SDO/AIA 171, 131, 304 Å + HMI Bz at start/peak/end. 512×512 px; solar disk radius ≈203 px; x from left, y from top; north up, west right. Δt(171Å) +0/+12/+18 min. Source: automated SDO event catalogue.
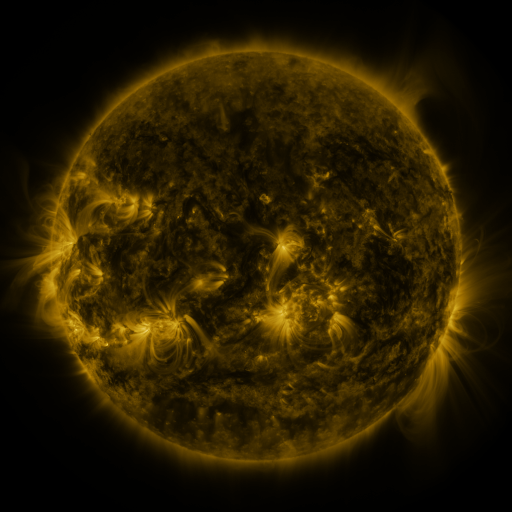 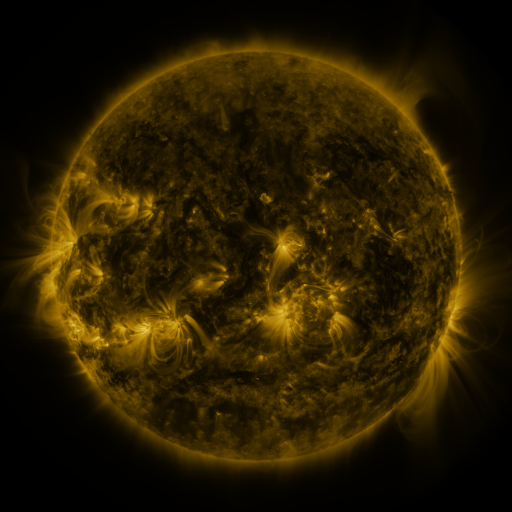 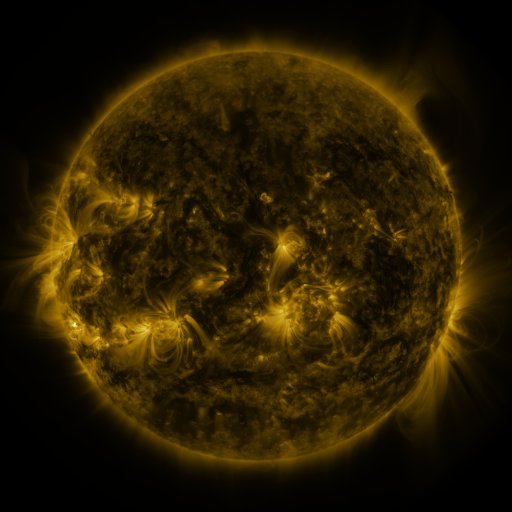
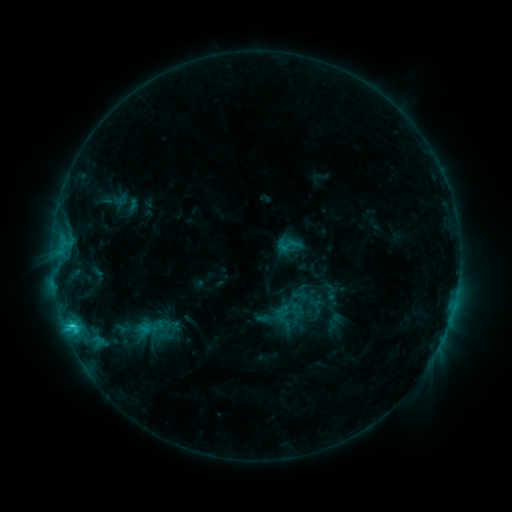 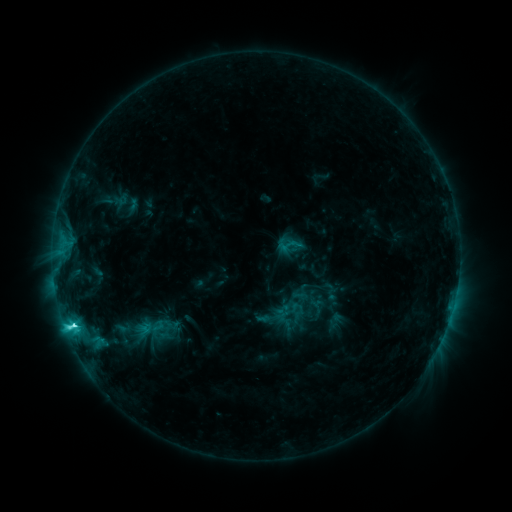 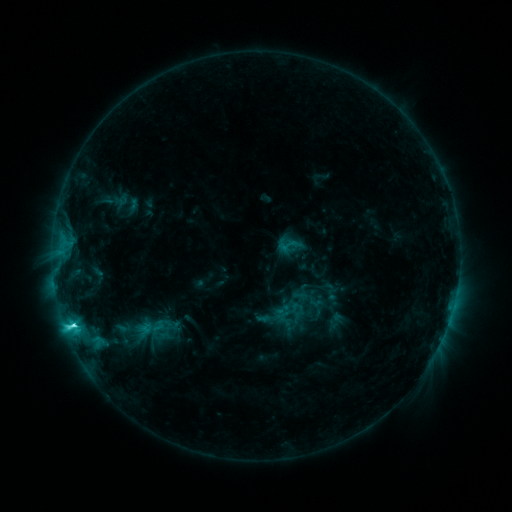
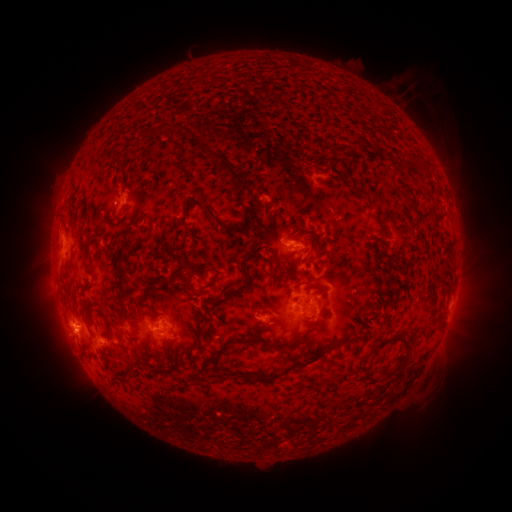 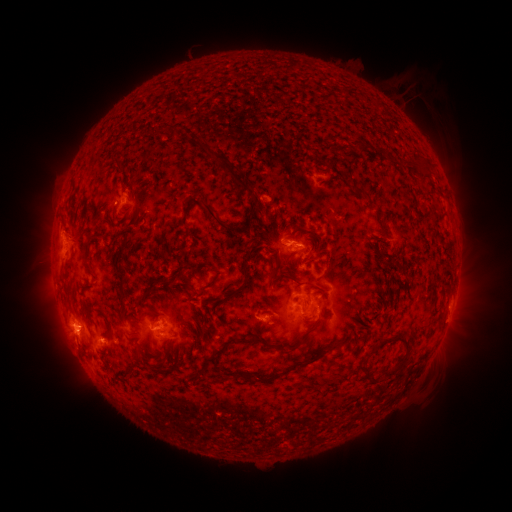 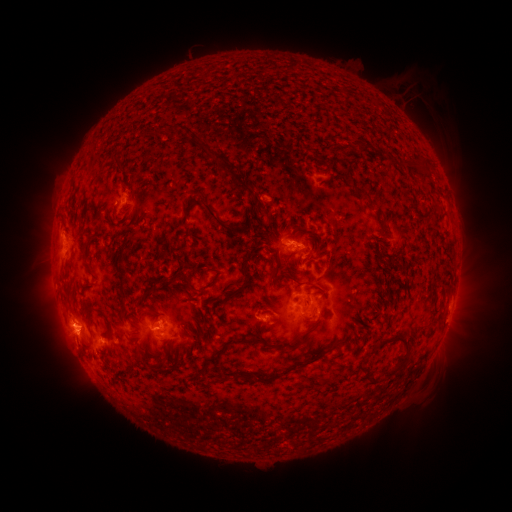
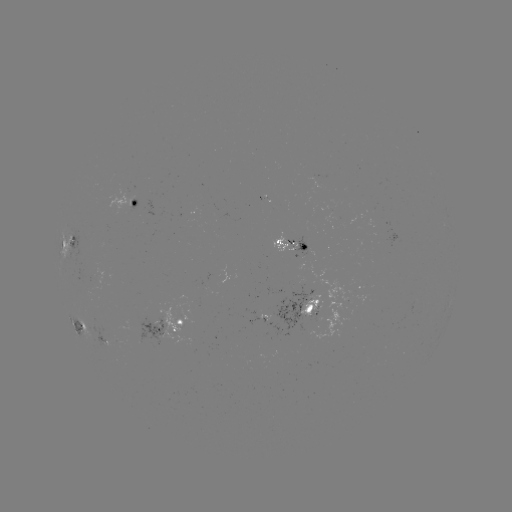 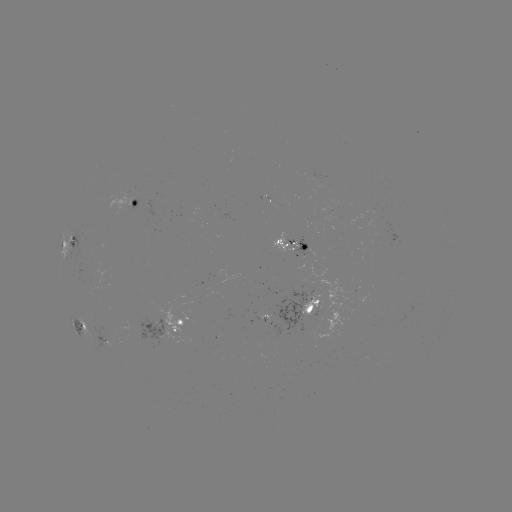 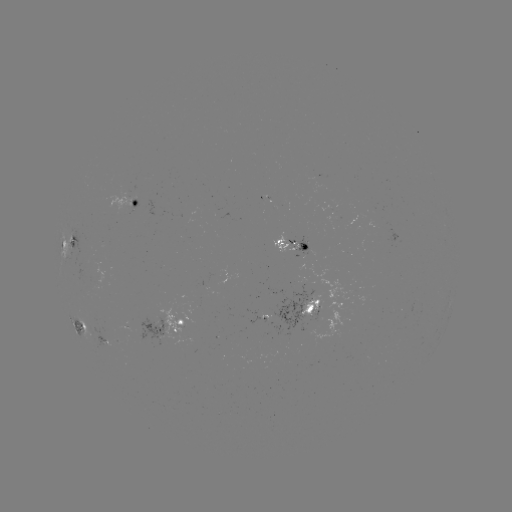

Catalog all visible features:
C5.4 flare: (74, 323)
